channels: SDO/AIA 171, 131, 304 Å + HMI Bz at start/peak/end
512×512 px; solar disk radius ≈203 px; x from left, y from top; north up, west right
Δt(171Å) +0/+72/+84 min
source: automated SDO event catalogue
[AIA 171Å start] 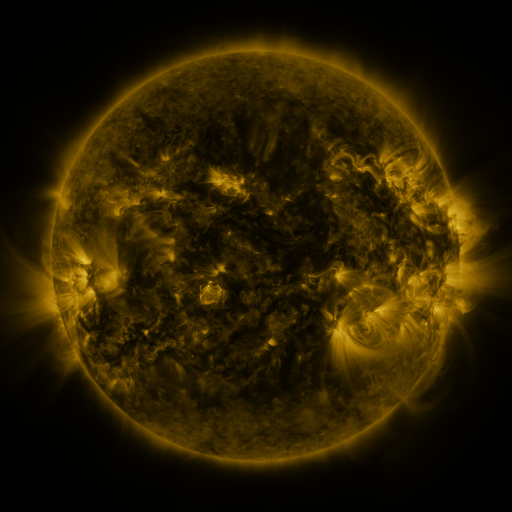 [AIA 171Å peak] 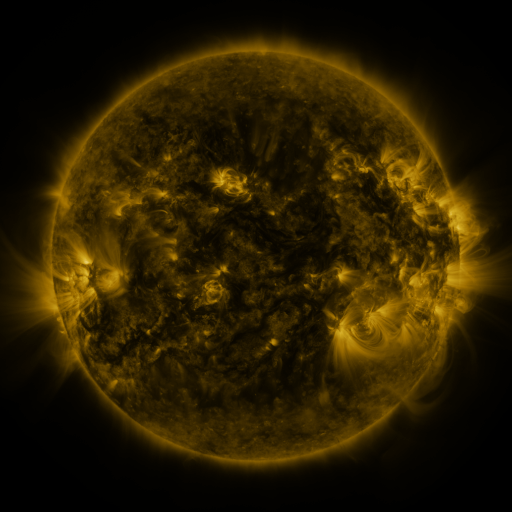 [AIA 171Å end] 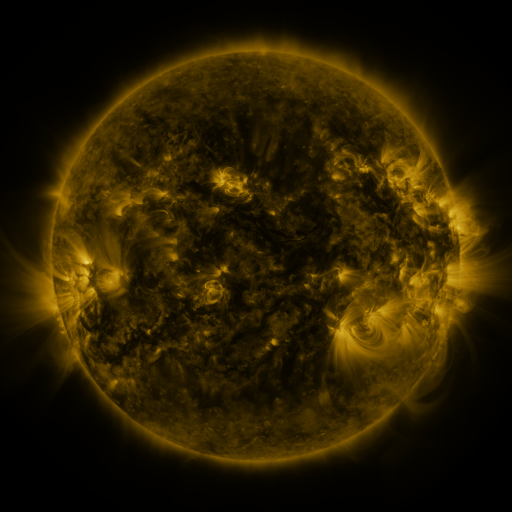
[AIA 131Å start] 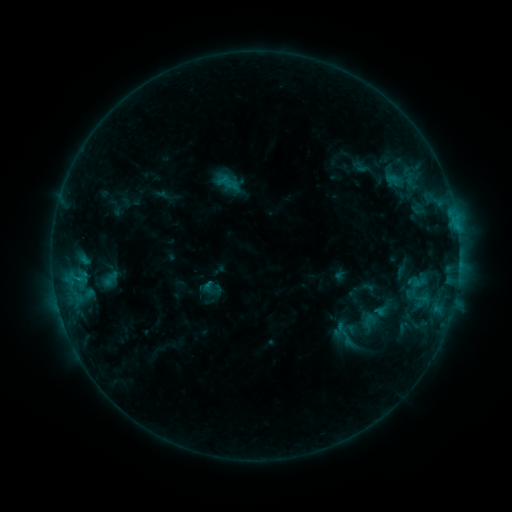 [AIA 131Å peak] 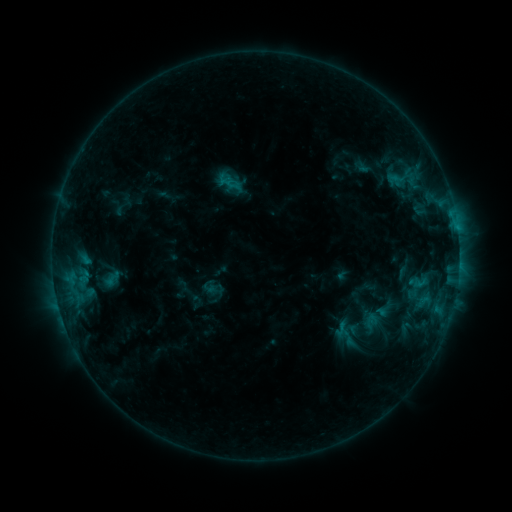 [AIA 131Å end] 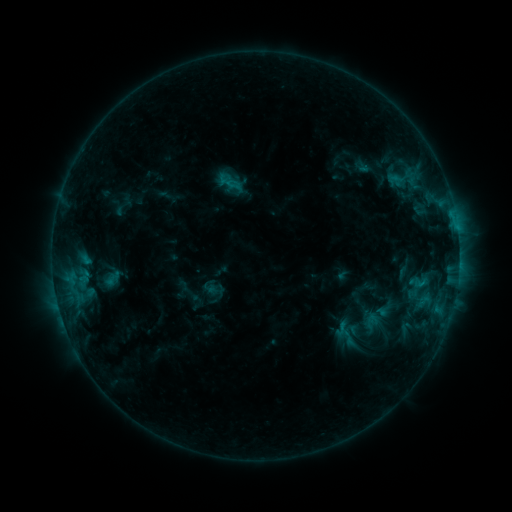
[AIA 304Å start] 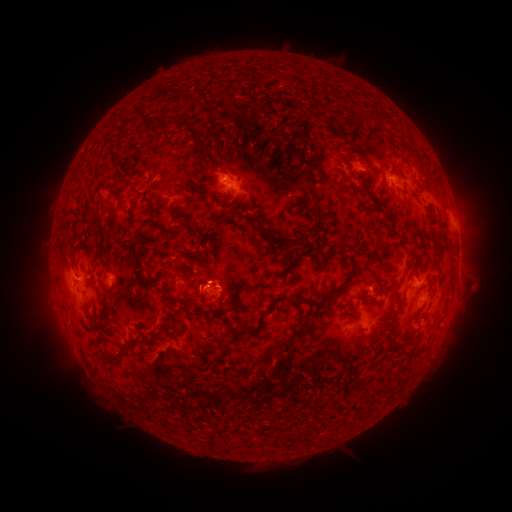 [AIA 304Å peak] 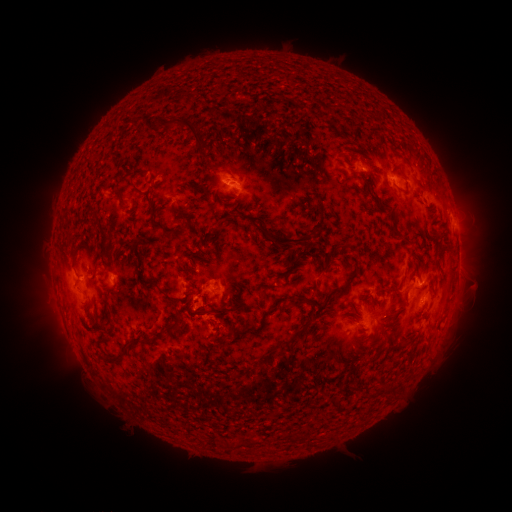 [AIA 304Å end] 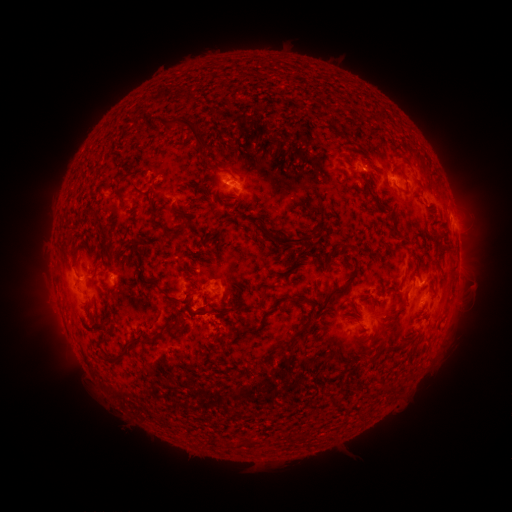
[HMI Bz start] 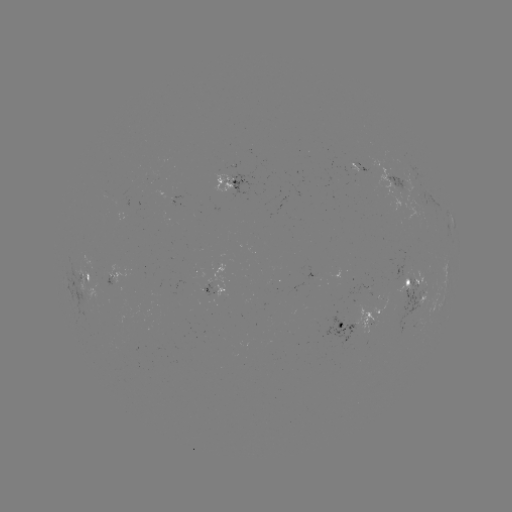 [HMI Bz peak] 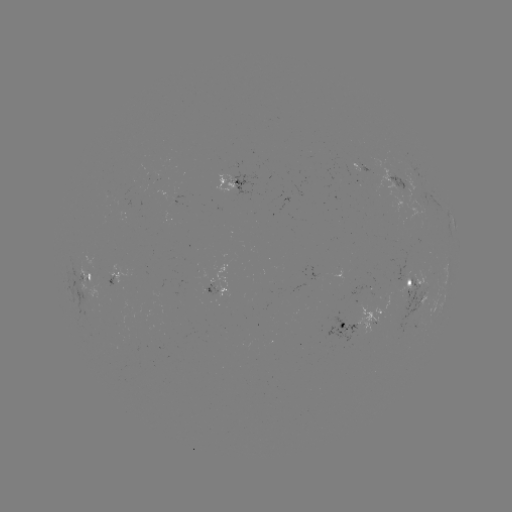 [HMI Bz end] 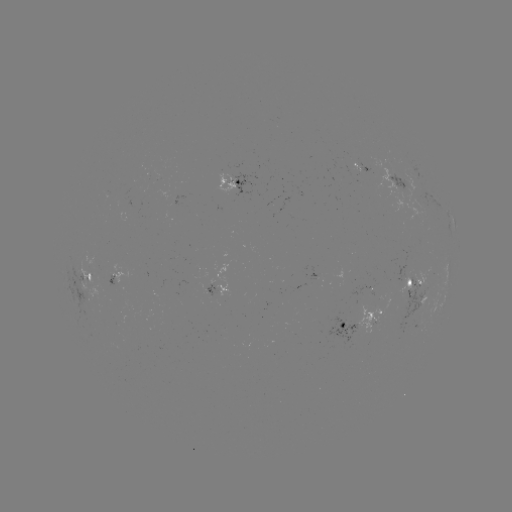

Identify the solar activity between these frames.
emerging-flux region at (226, 181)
